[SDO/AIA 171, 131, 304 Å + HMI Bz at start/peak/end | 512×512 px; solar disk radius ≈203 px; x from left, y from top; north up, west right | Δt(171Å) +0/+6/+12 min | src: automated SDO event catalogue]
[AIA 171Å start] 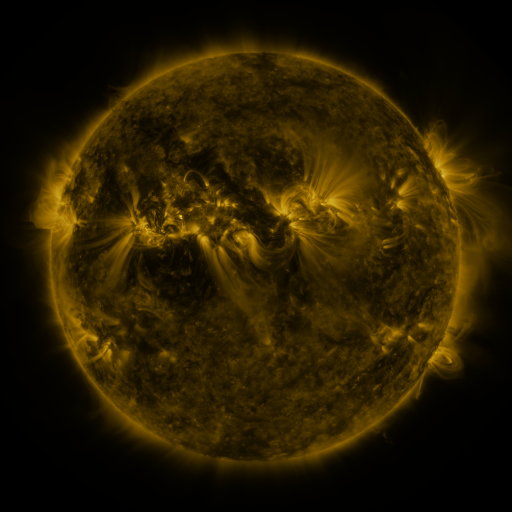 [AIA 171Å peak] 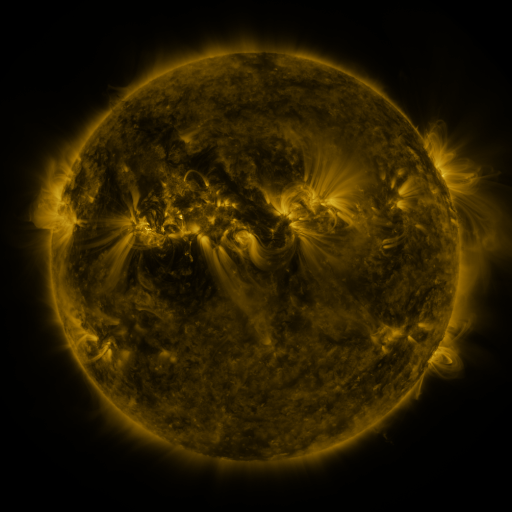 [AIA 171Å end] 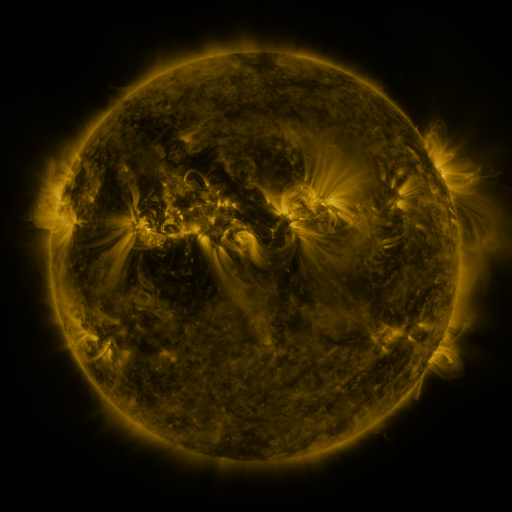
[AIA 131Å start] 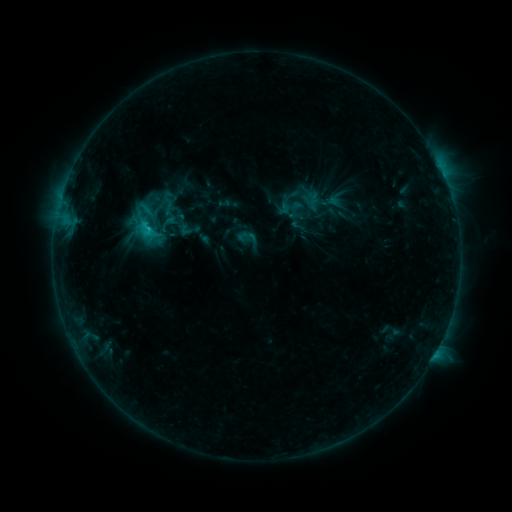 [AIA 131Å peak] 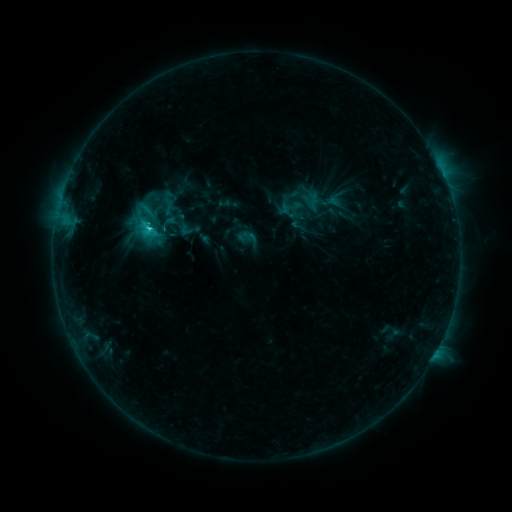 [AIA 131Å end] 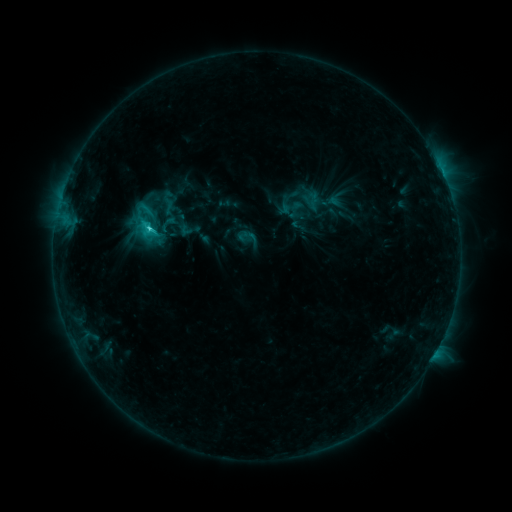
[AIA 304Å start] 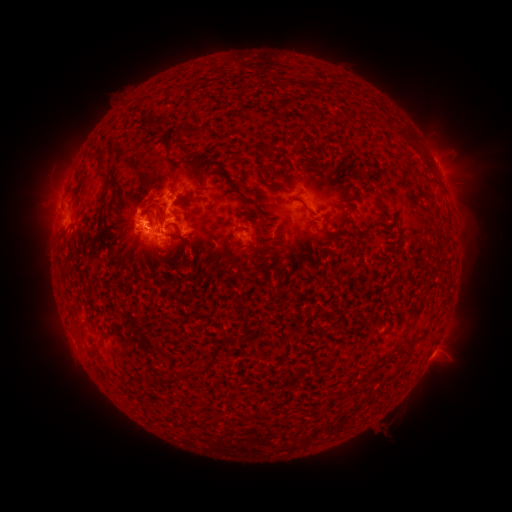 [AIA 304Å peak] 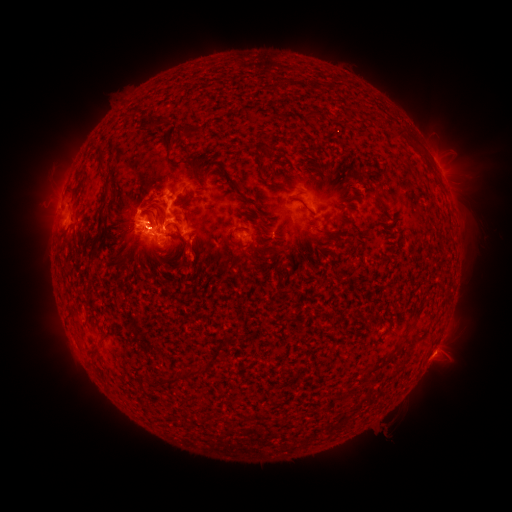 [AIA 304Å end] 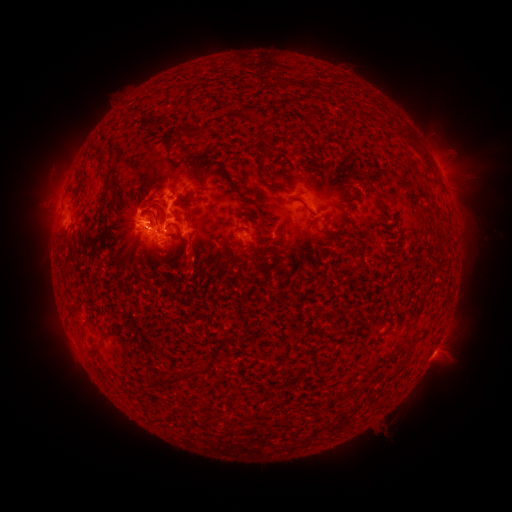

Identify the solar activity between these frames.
C4.7 flare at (150, 230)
